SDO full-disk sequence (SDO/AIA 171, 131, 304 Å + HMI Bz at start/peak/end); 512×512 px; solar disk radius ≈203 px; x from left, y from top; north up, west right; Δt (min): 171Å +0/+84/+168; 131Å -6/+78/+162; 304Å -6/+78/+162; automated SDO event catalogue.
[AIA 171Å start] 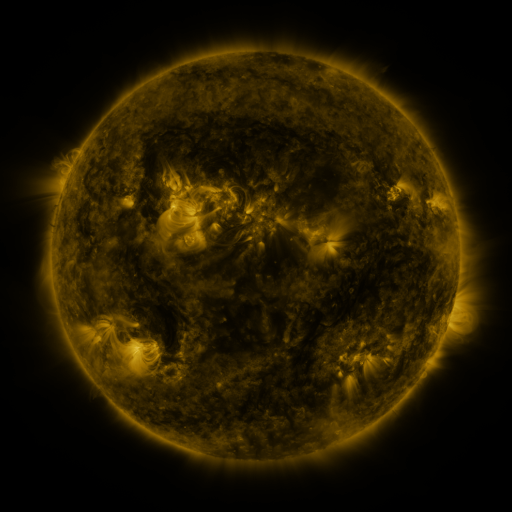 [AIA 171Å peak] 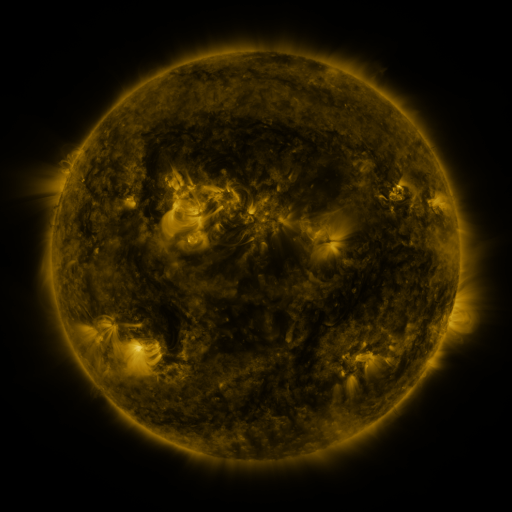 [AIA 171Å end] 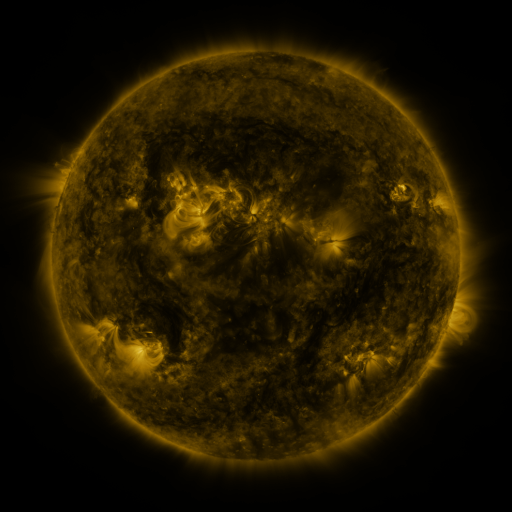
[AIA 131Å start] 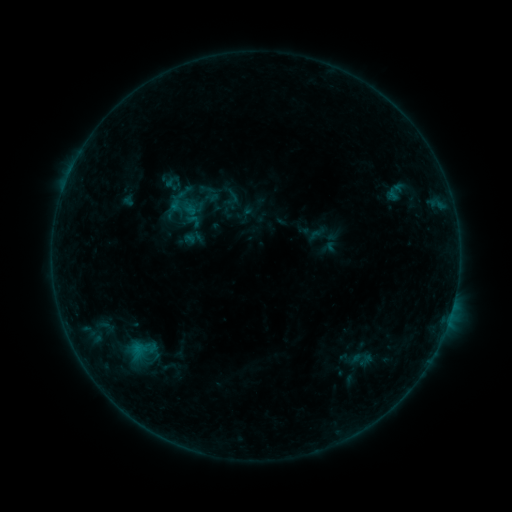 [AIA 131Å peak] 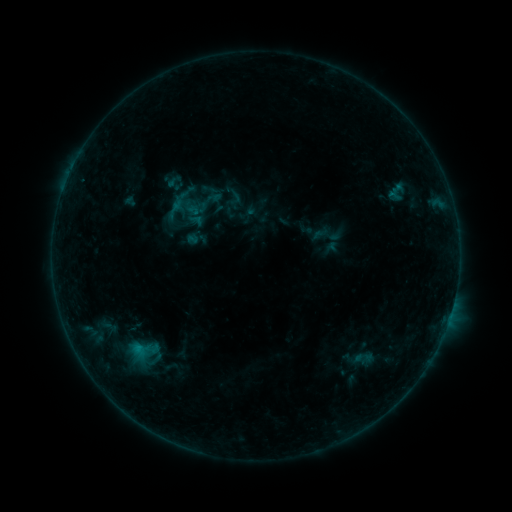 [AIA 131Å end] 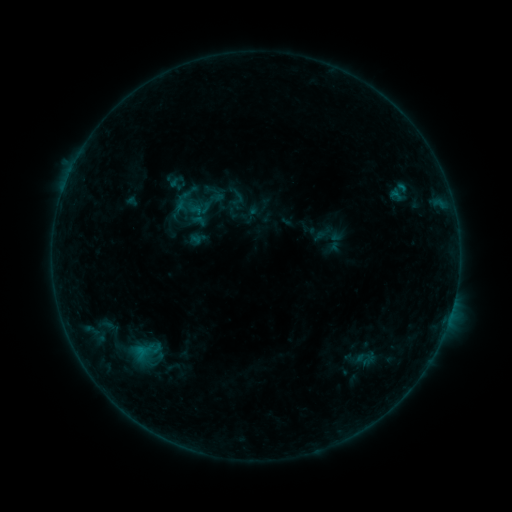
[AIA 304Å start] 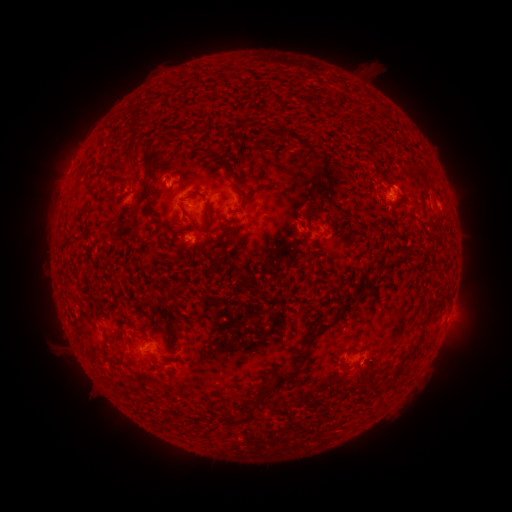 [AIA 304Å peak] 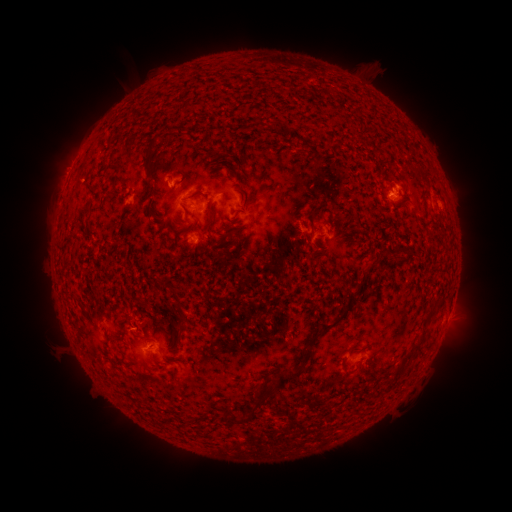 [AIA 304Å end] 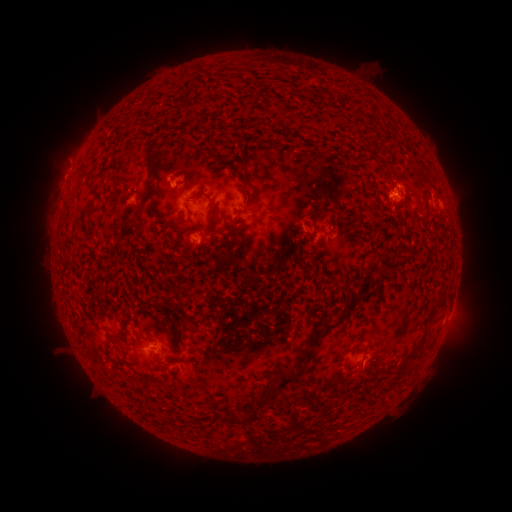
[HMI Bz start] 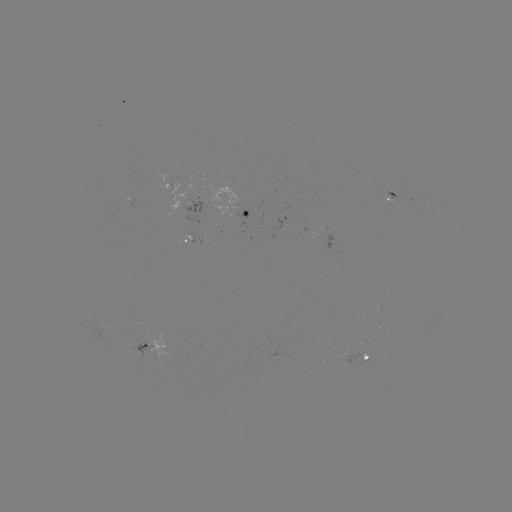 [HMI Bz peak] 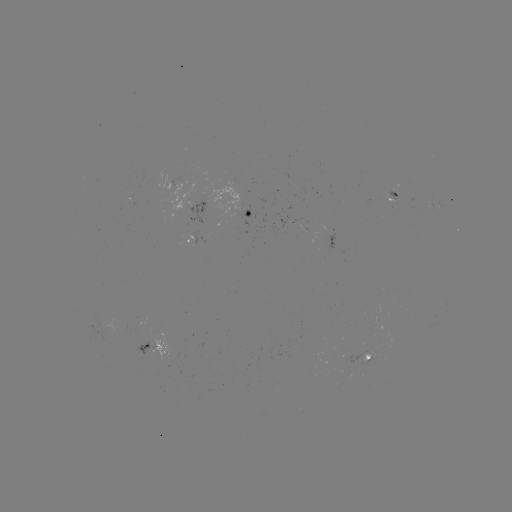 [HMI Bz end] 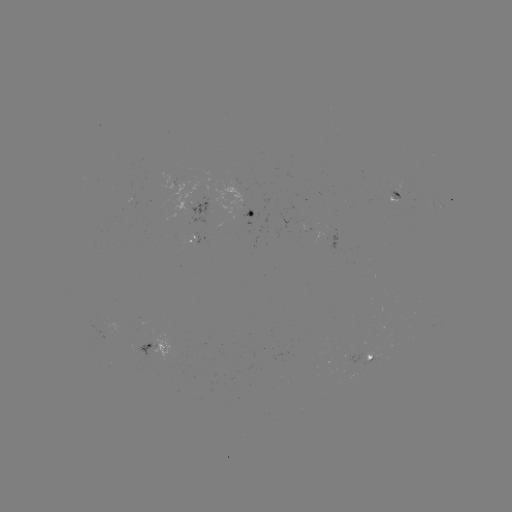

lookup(filament eruption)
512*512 [133, 133]